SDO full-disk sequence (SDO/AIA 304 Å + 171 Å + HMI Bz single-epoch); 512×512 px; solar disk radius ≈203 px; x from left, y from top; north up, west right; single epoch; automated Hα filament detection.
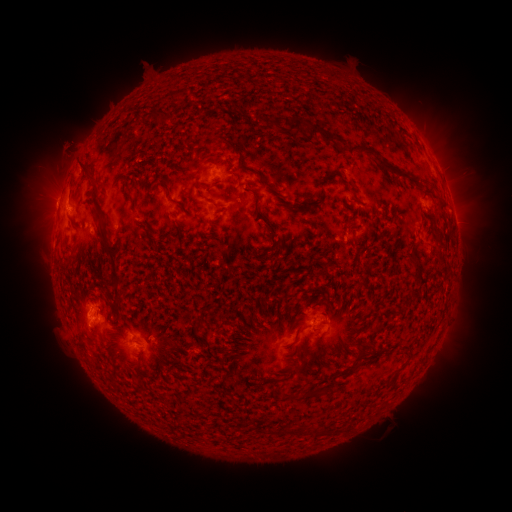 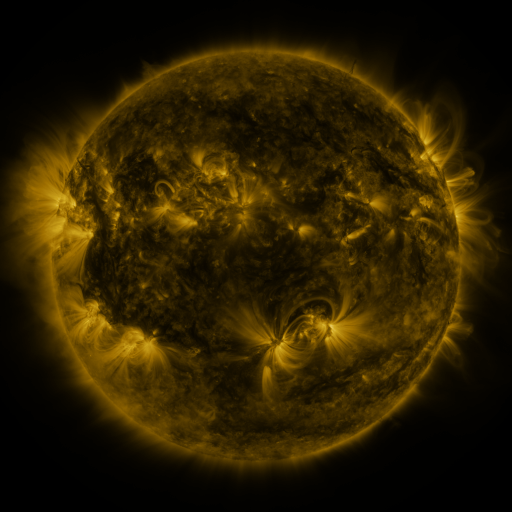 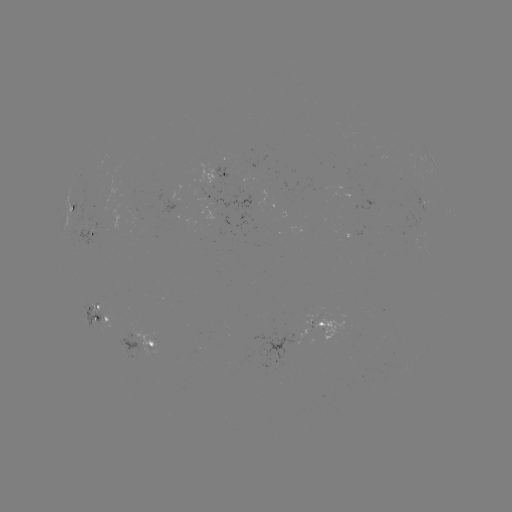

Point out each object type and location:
filament: (289, 115, 307, 133)
filament: (308, 124, 336, 144)
filament: (223, 137, 235, 148)
filament: (348, 145, 377, 157)
filament: (79, 161, 90, 174)
filament: (379, 161, 411, 181)
filament: (436, 201, 448, 215)
filament: (96, 232, 120, 296)
filament: (411, 260, 420, 281)
filament: (352, 344, 376, 357)
filament: (306, 389, 324, 398)
